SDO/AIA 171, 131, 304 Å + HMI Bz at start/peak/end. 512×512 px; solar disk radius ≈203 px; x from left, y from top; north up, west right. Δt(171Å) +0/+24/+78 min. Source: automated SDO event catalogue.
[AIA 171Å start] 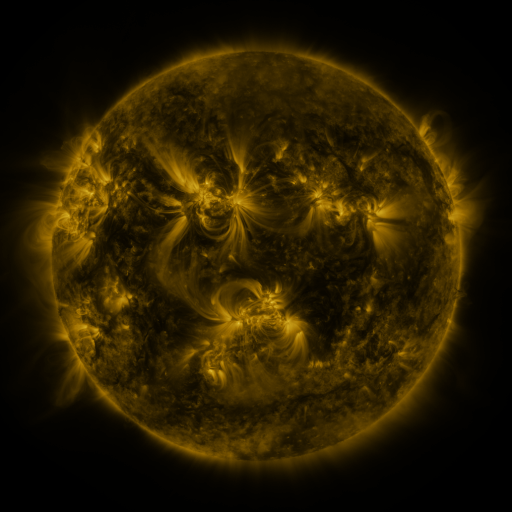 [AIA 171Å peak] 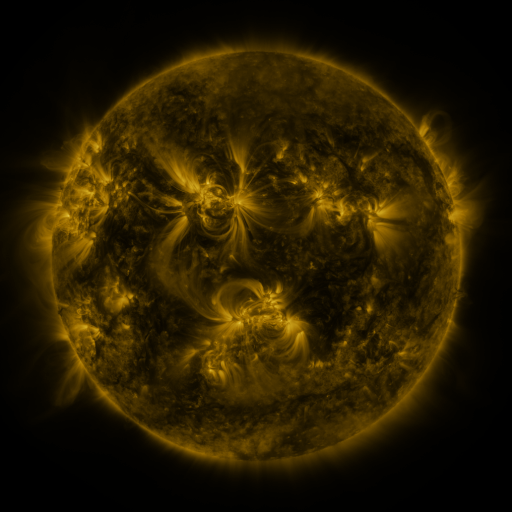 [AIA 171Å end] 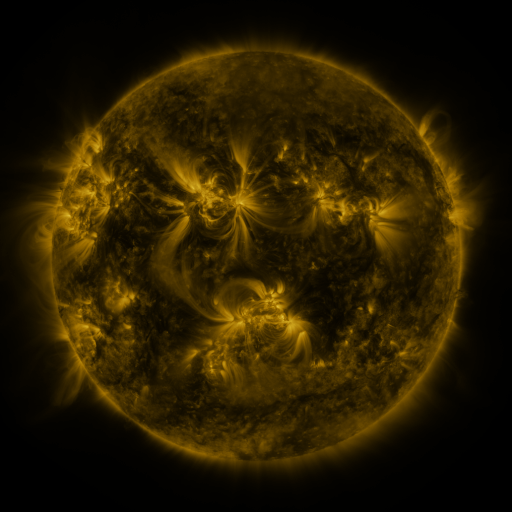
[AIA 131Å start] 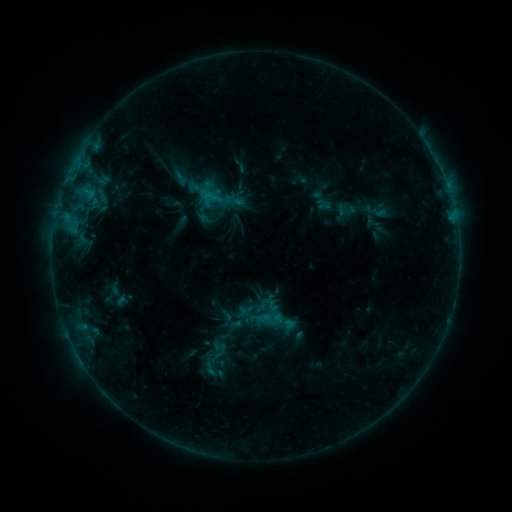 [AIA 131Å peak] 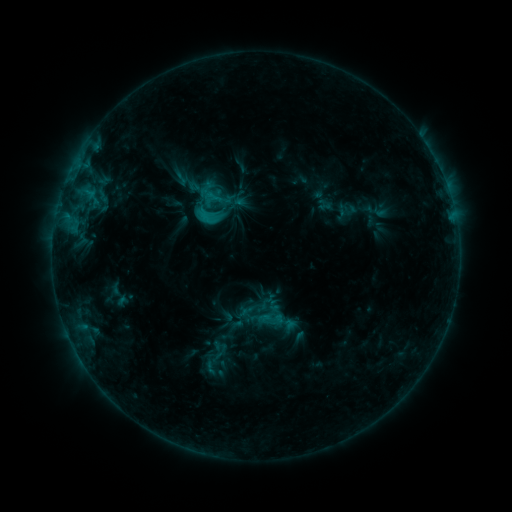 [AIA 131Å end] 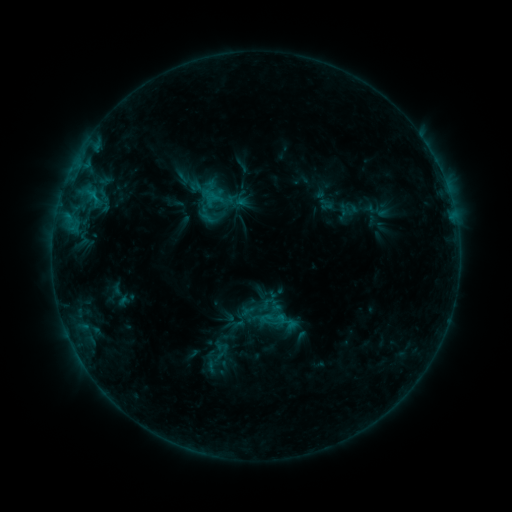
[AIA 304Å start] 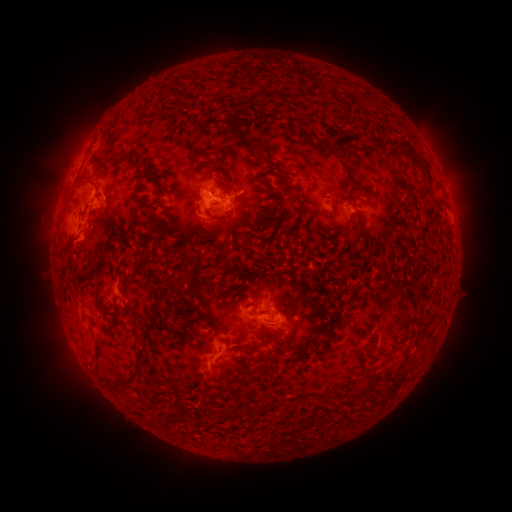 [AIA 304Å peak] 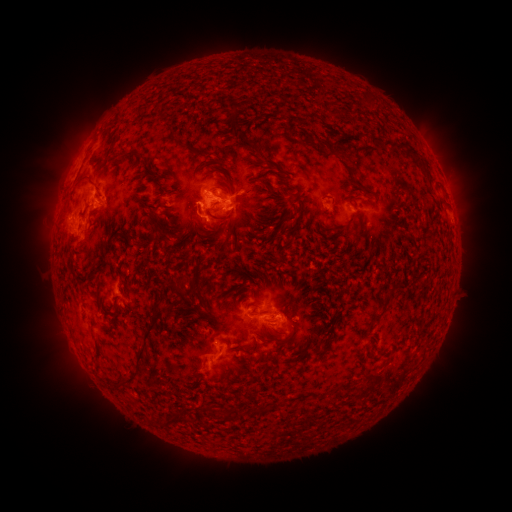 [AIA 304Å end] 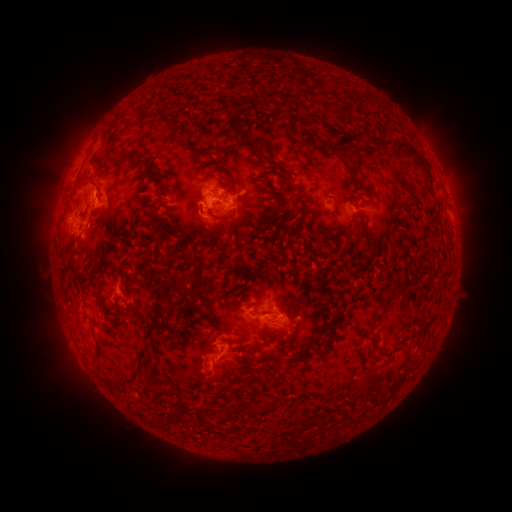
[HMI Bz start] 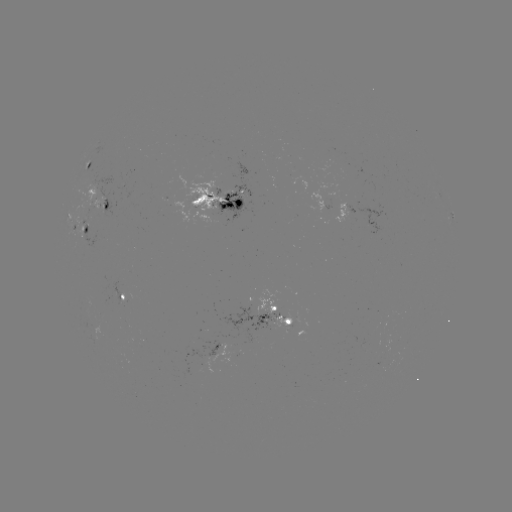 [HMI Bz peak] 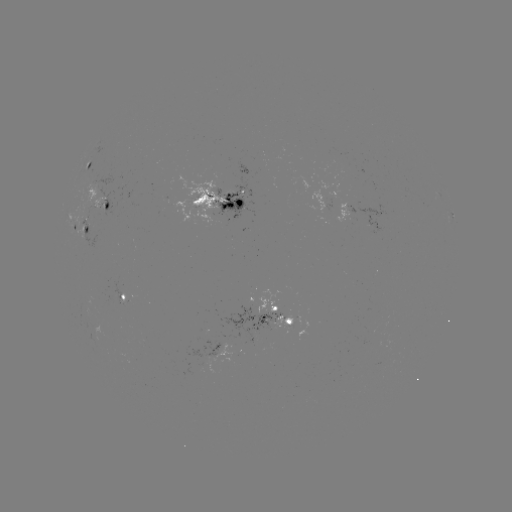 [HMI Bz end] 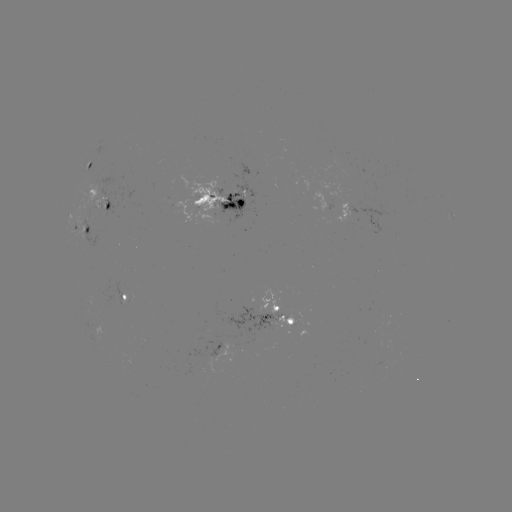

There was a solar flare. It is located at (211, 222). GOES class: C1.5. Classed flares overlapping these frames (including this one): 1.